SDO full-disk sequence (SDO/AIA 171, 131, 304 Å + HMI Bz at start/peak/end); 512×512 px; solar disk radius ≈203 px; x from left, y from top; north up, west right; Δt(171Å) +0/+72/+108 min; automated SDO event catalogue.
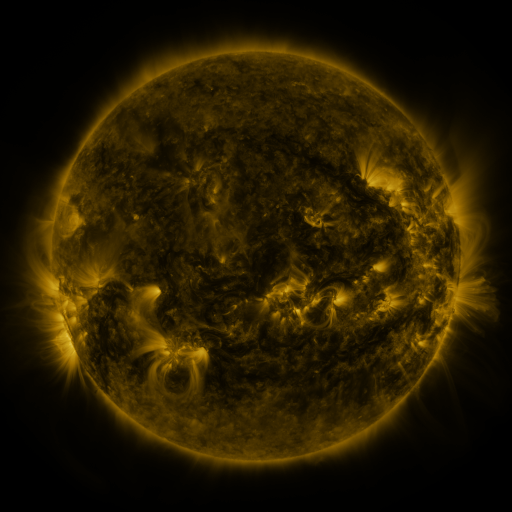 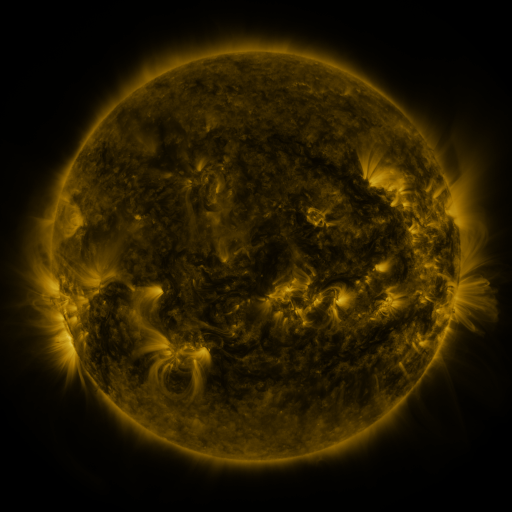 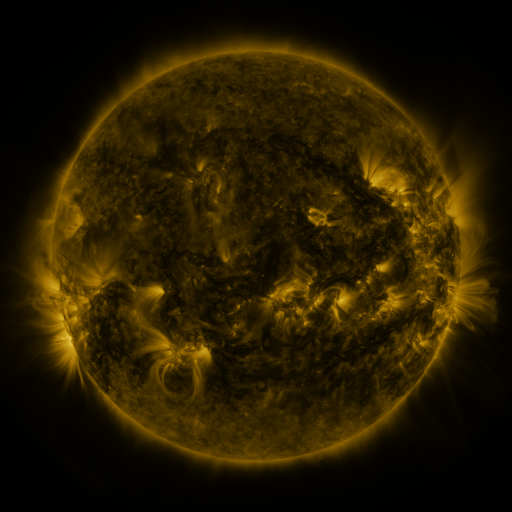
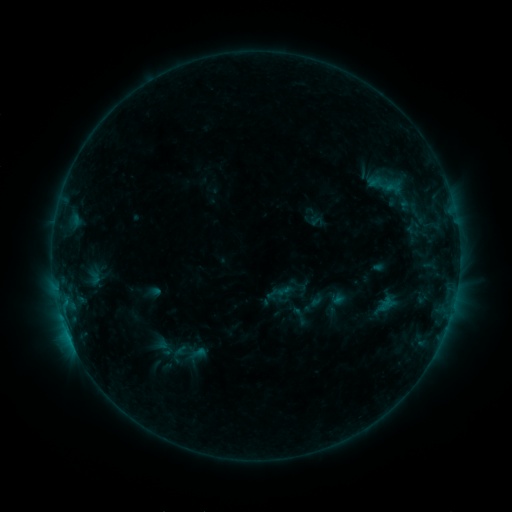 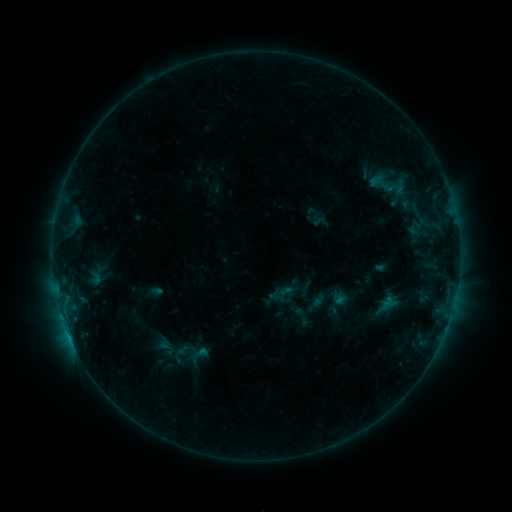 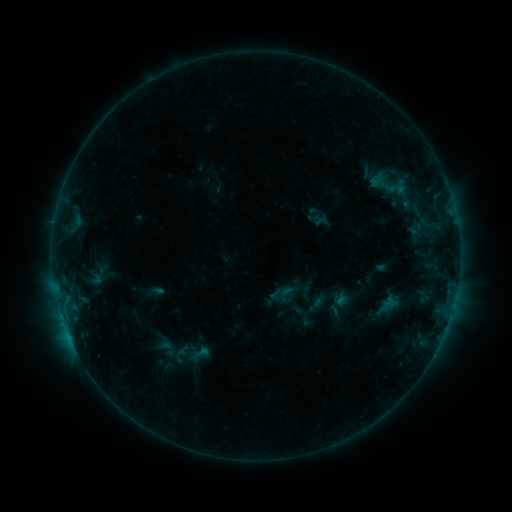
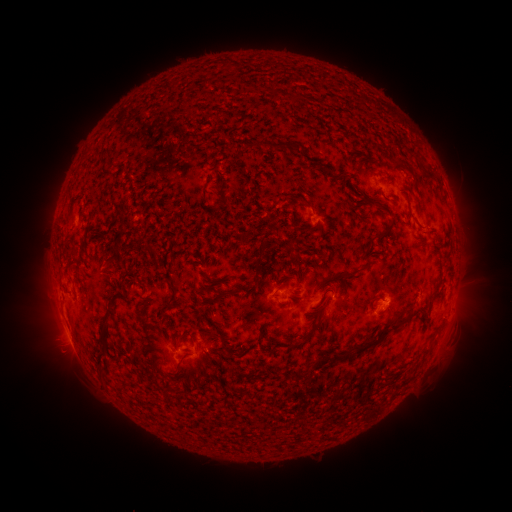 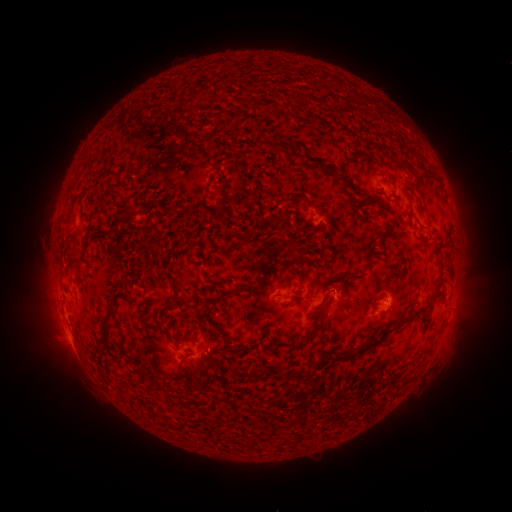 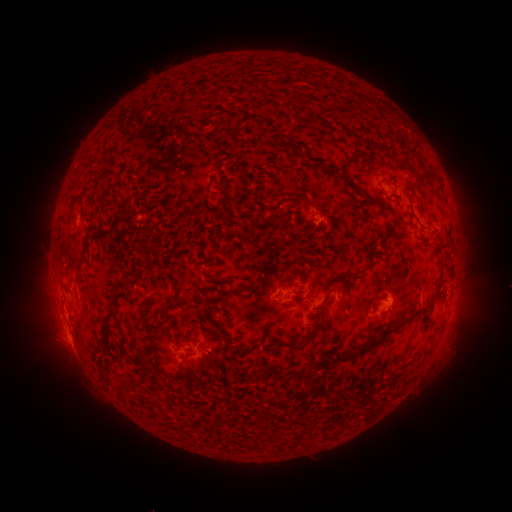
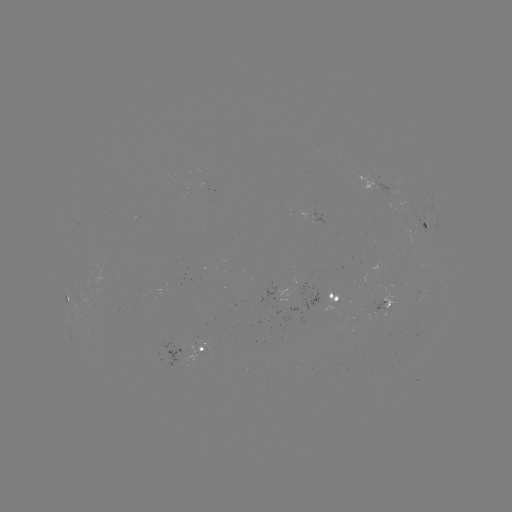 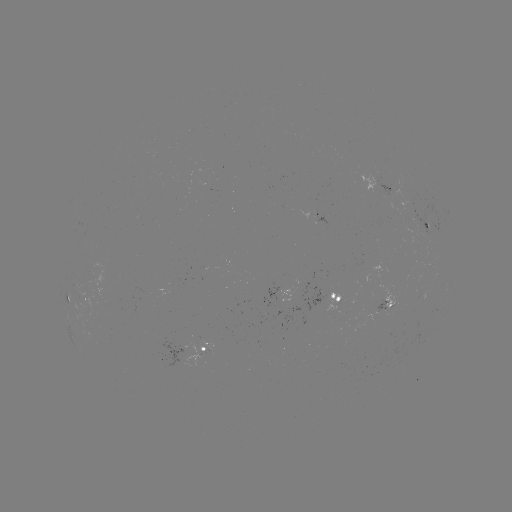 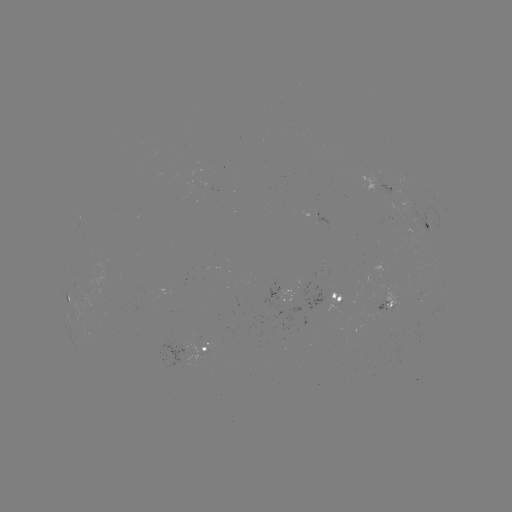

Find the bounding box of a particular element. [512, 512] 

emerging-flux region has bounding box [405, 209, 431, 236].